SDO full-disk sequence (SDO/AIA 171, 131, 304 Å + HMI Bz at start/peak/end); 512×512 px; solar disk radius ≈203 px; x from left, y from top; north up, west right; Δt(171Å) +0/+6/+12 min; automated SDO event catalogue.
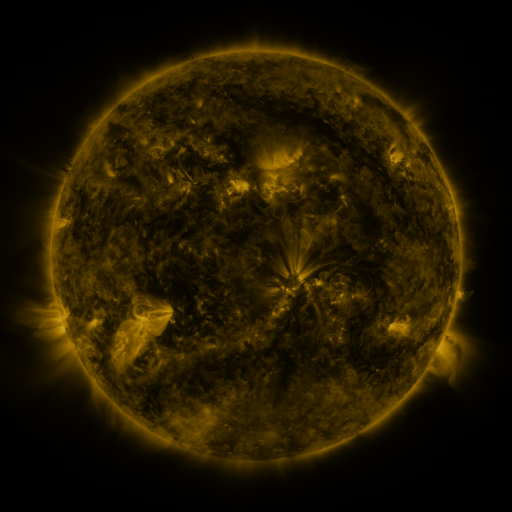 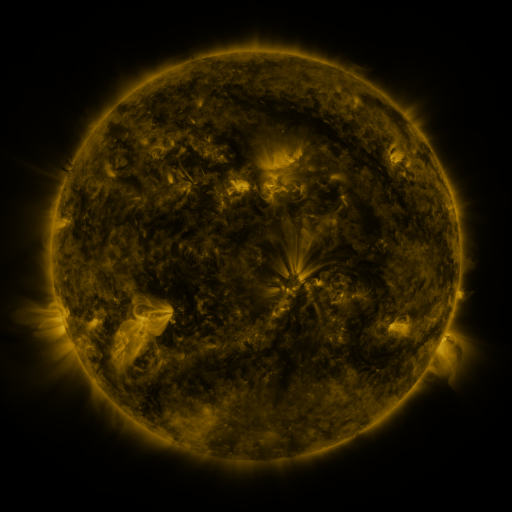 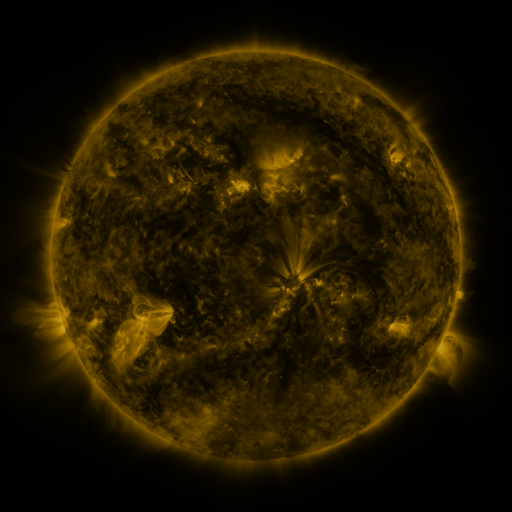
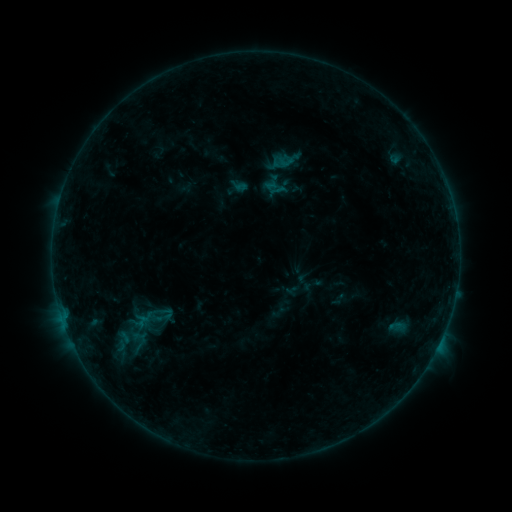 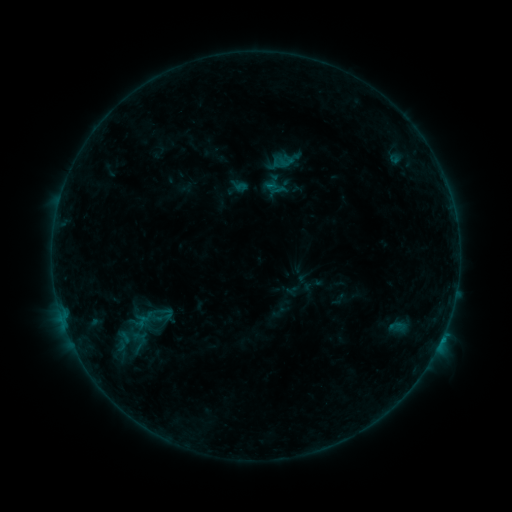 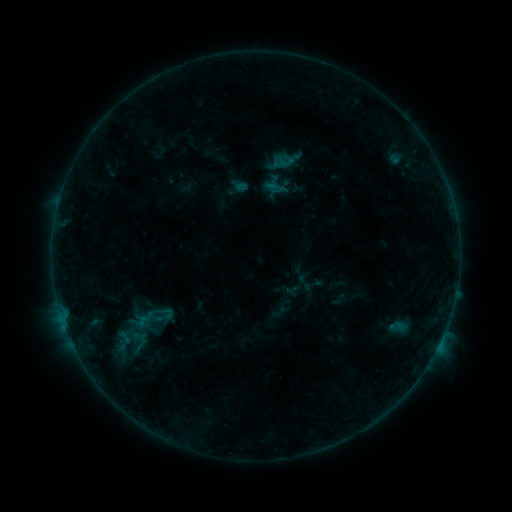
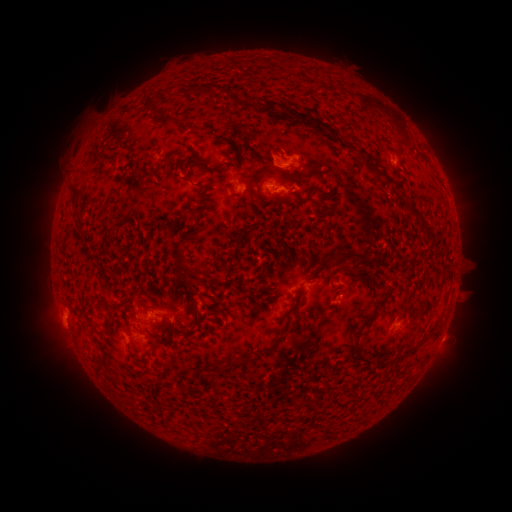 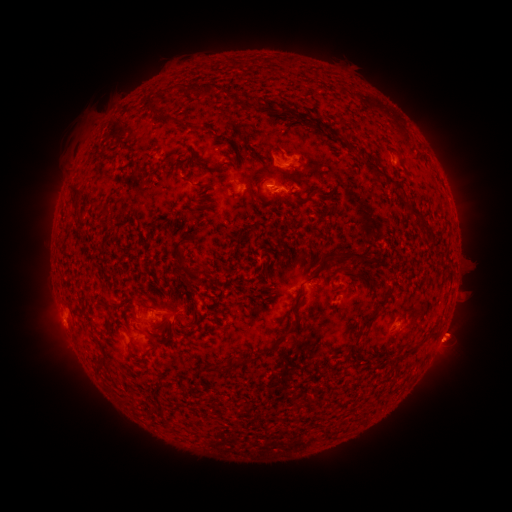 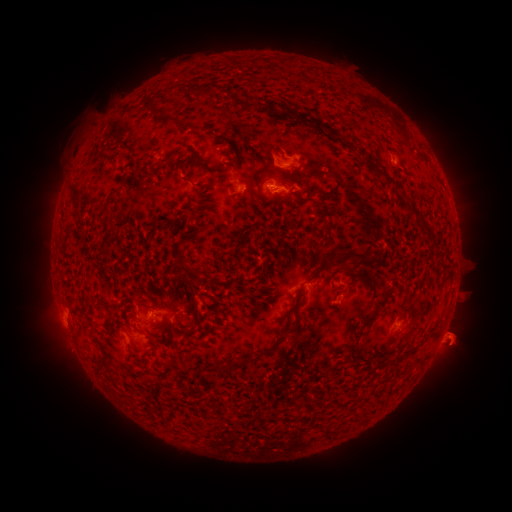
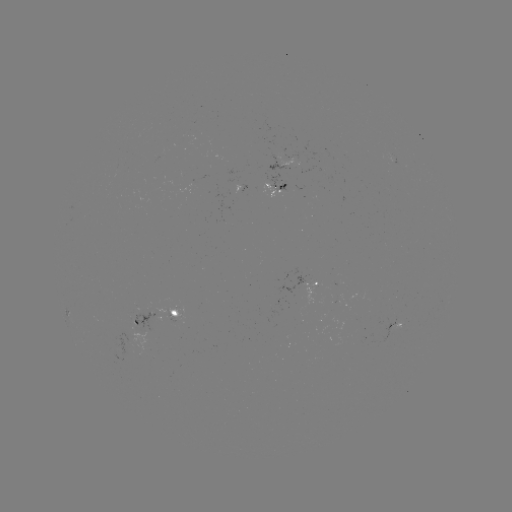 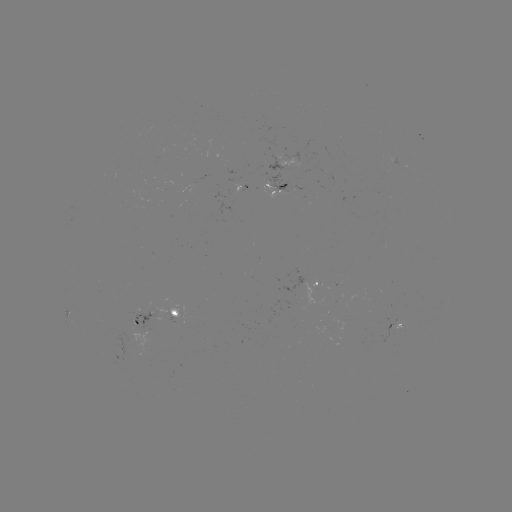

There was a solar eruption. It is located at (457, 340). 